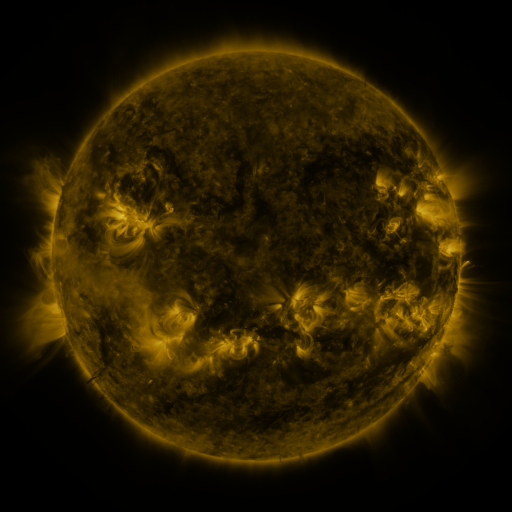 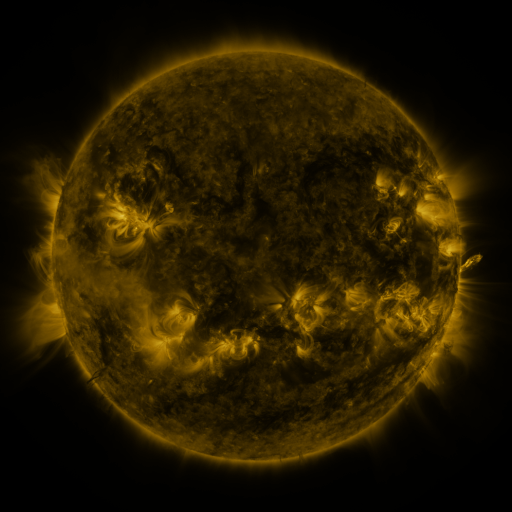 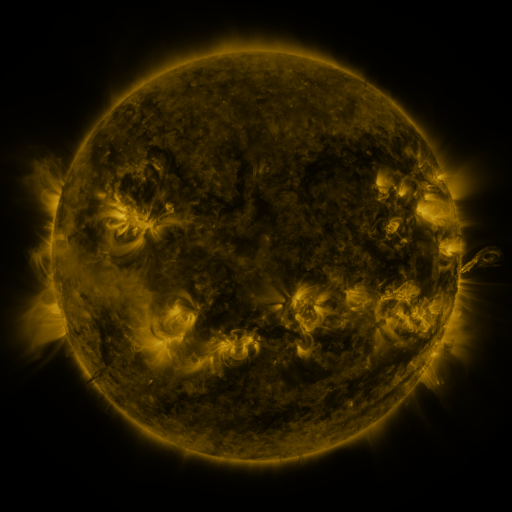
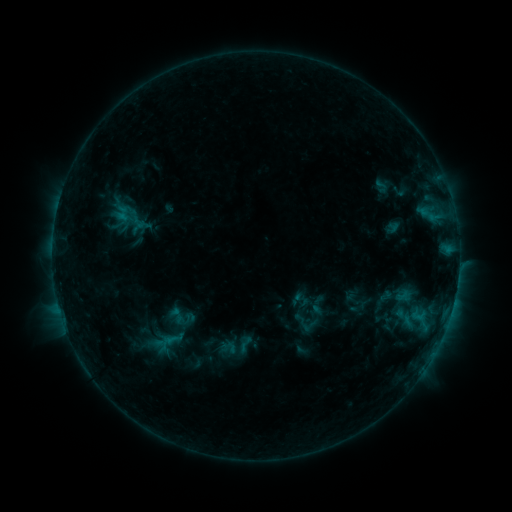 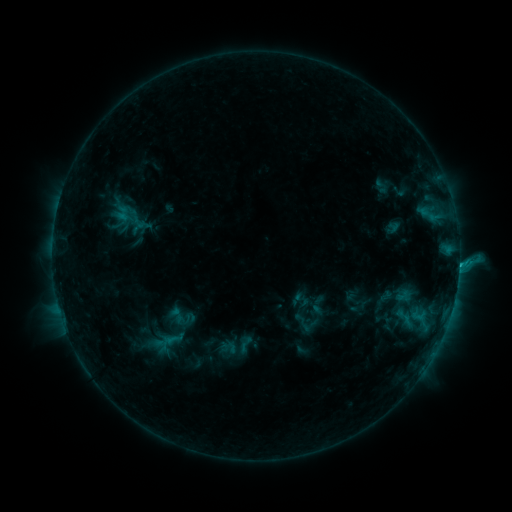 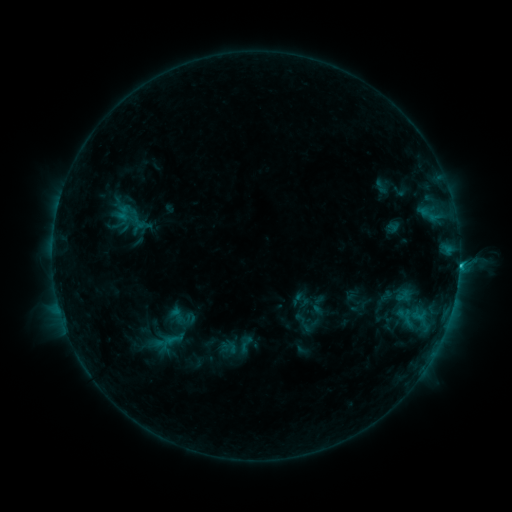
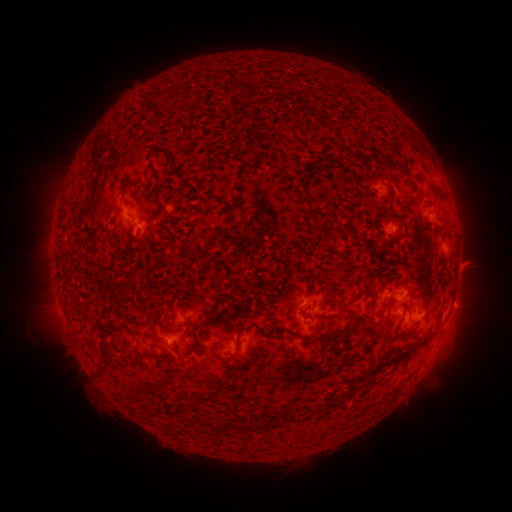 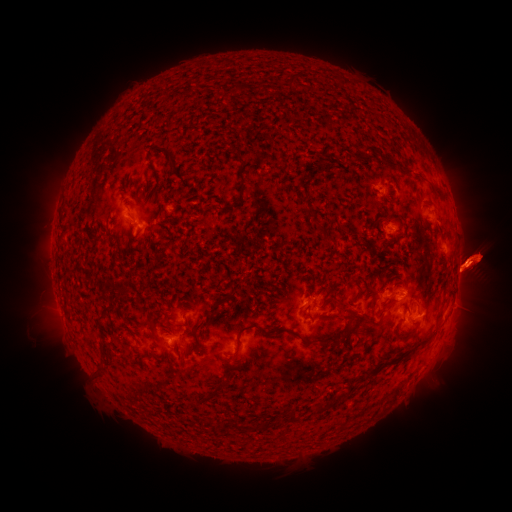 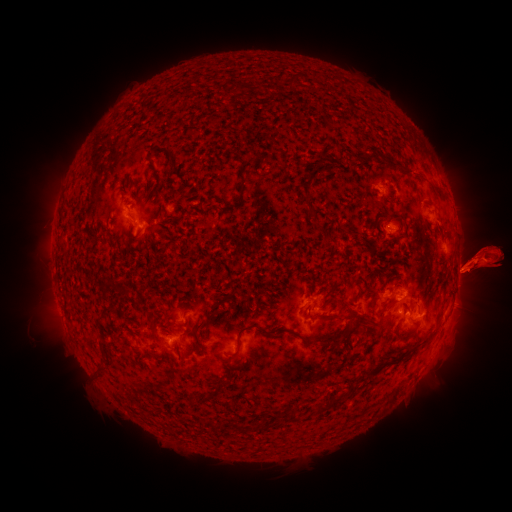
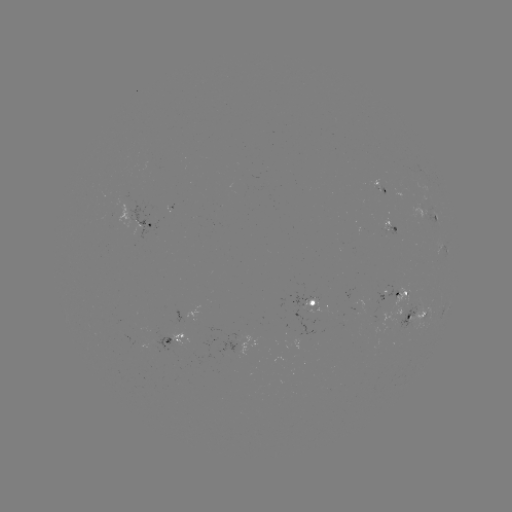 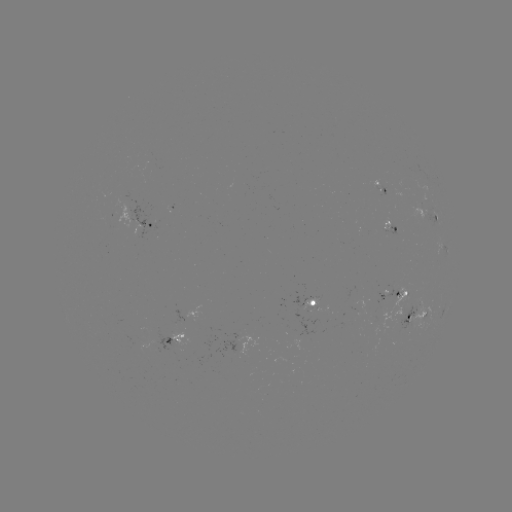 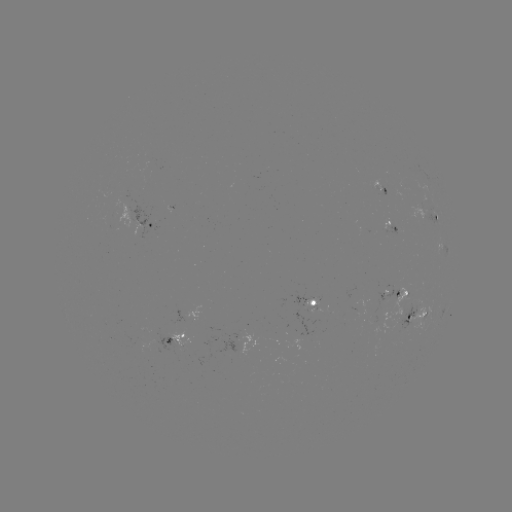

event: flare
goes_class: C2.4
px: (459, 263)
